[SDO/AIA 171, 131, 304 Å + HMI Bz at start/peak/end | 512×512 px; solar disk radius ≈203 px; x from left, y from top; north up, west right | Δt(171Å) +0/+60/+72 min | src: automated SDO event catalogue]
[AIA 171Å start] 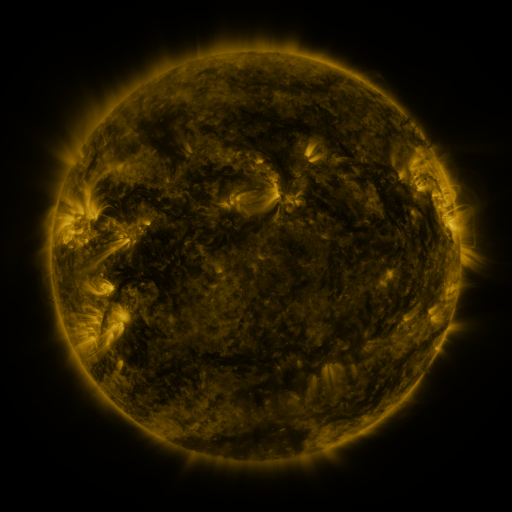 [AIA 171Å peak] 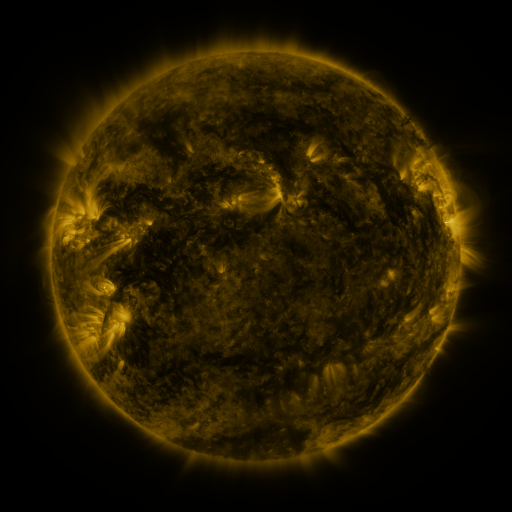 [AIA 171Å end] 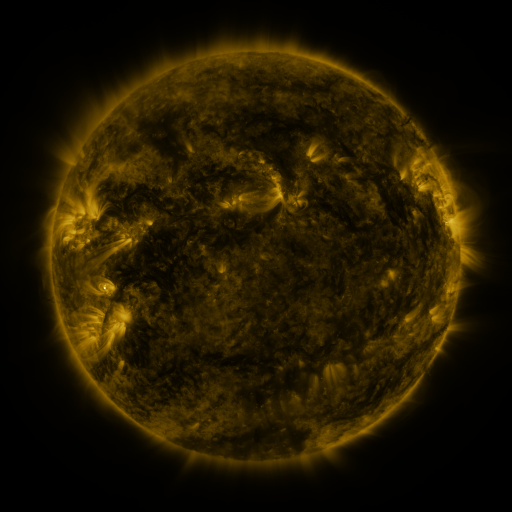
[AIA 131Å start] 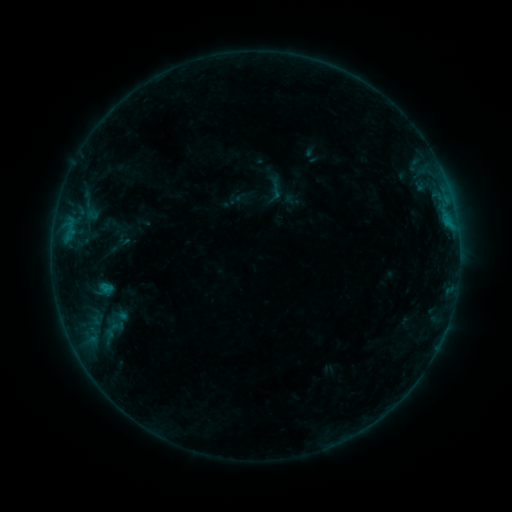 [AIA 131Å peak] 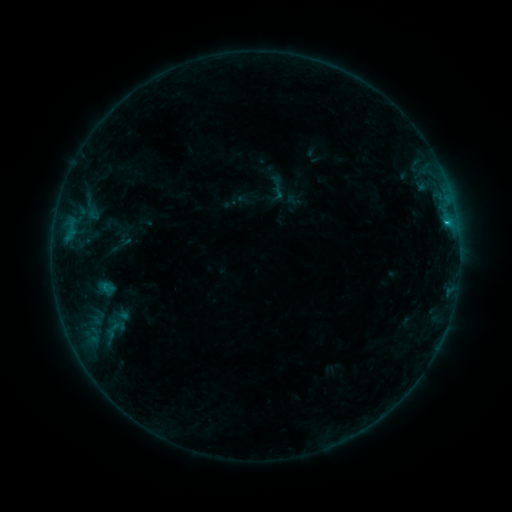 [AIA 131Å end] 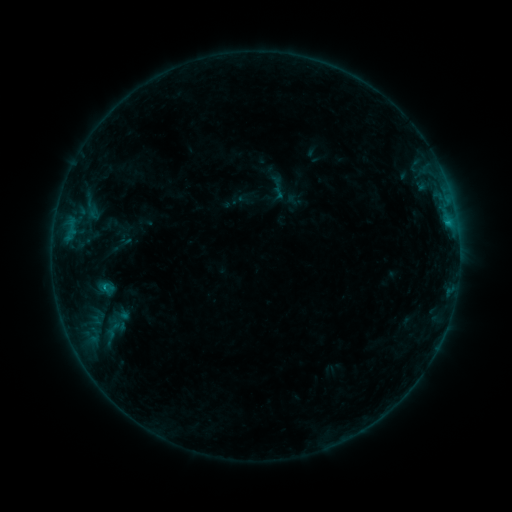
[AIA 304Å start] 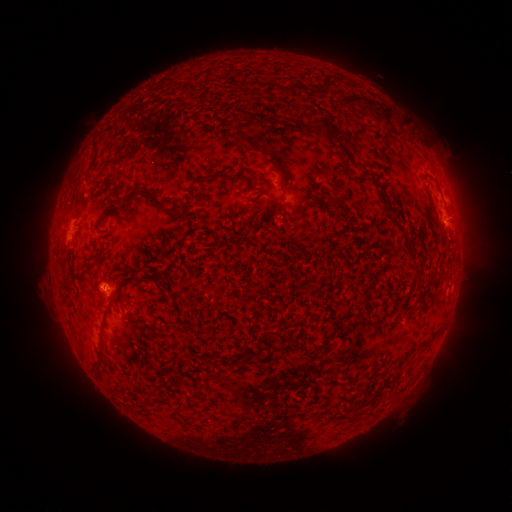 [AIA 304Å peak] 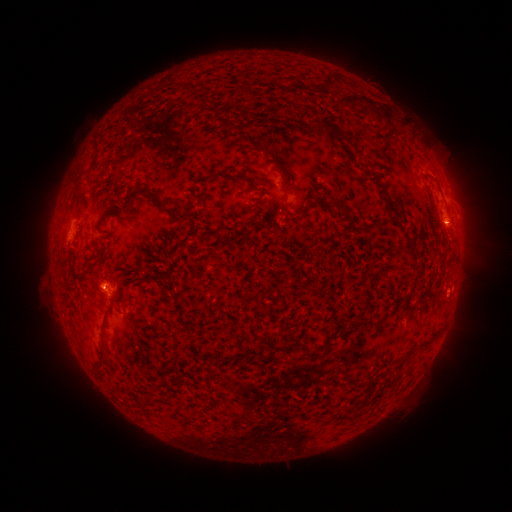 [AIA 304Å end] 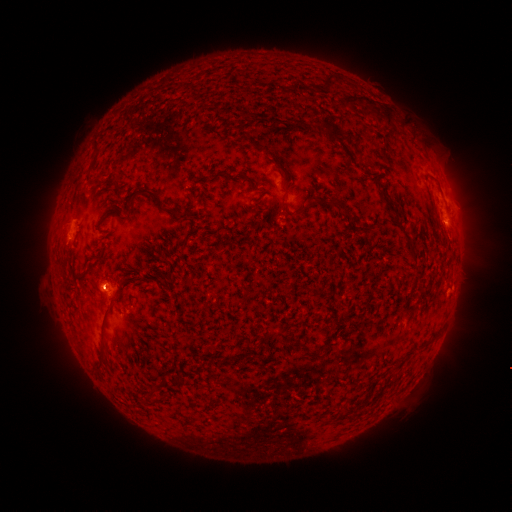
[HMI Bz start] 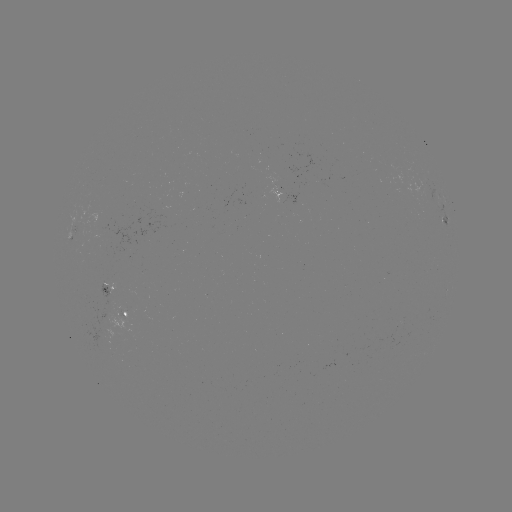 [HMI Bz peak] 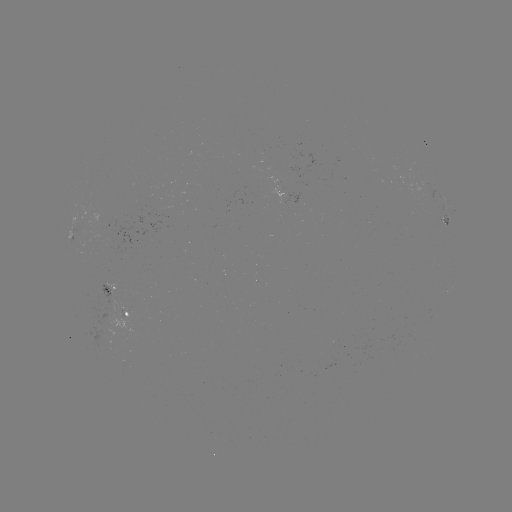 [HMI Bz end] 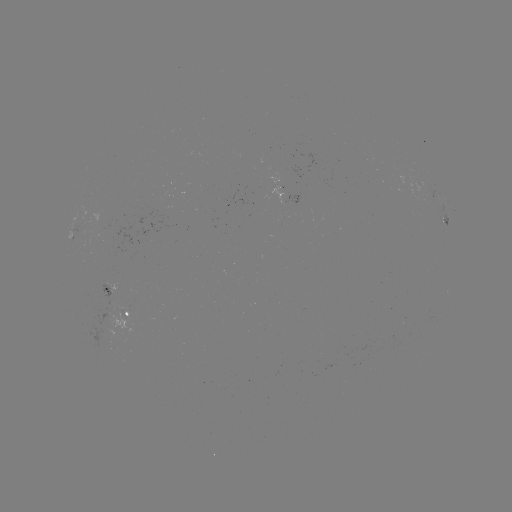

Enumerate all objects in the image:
emerging-flux region: (120, 311)
